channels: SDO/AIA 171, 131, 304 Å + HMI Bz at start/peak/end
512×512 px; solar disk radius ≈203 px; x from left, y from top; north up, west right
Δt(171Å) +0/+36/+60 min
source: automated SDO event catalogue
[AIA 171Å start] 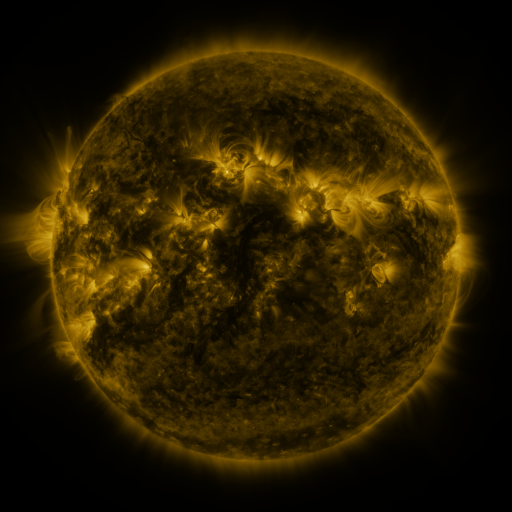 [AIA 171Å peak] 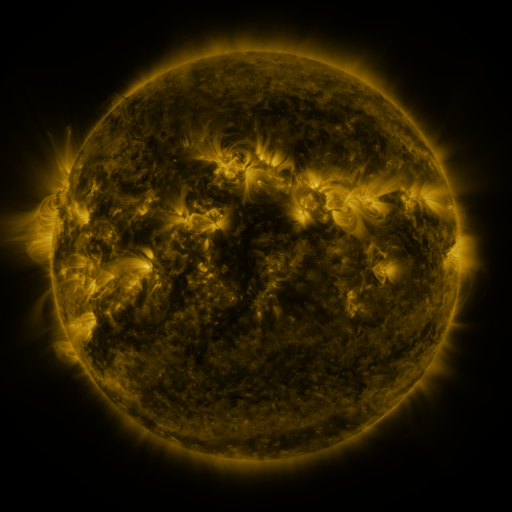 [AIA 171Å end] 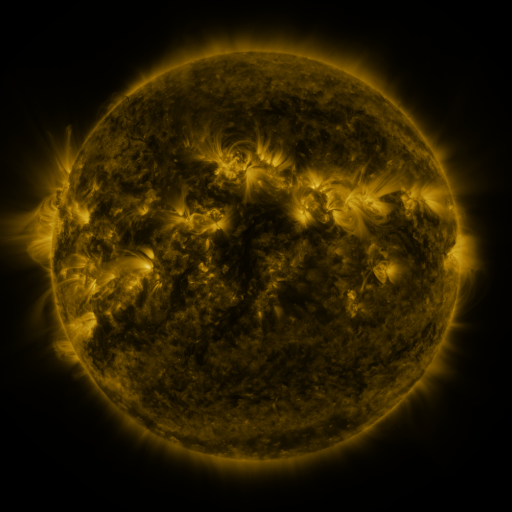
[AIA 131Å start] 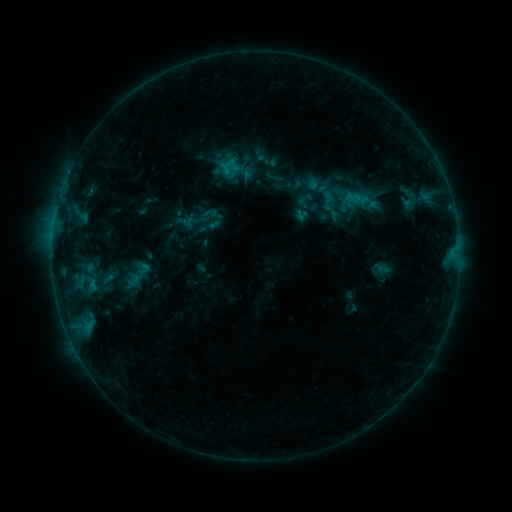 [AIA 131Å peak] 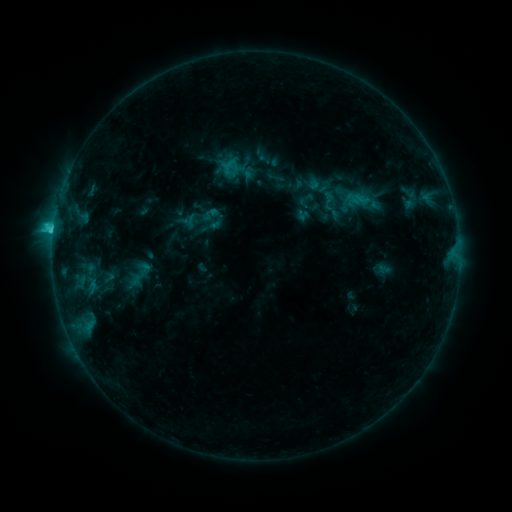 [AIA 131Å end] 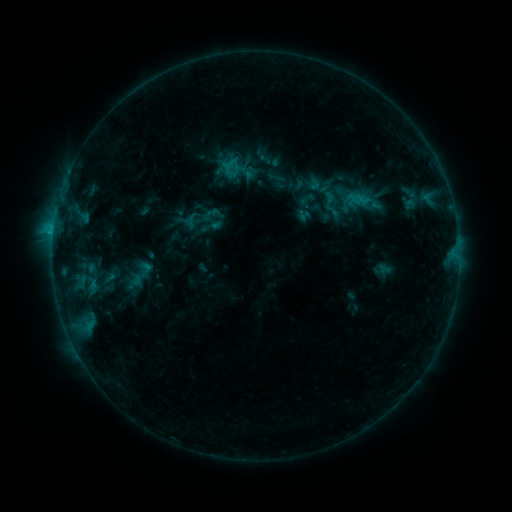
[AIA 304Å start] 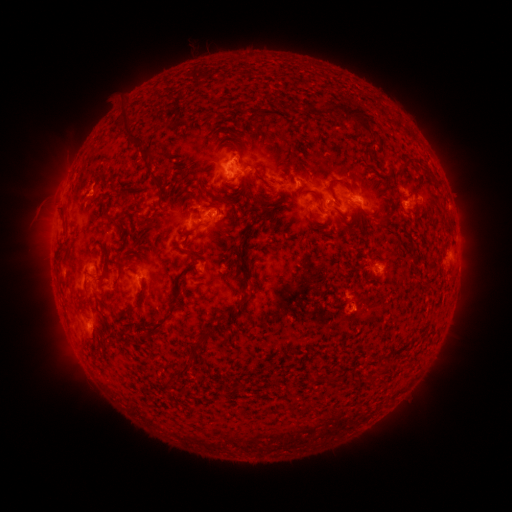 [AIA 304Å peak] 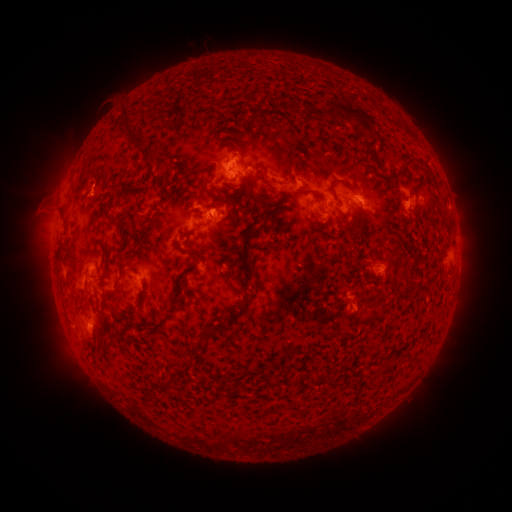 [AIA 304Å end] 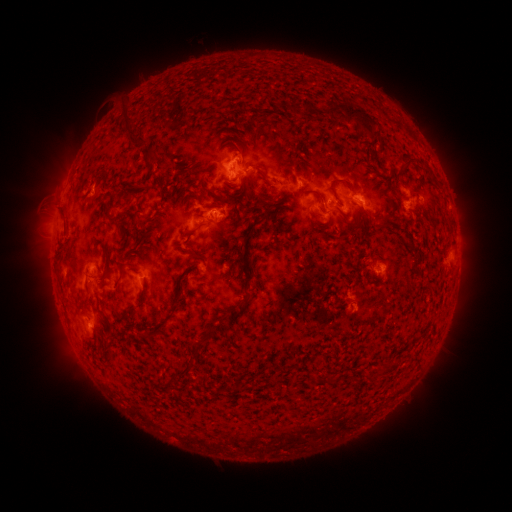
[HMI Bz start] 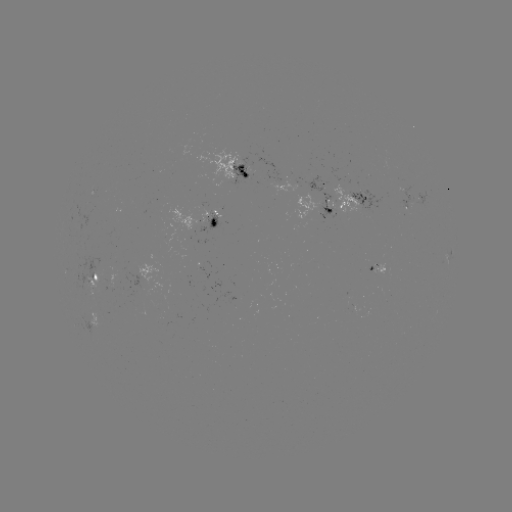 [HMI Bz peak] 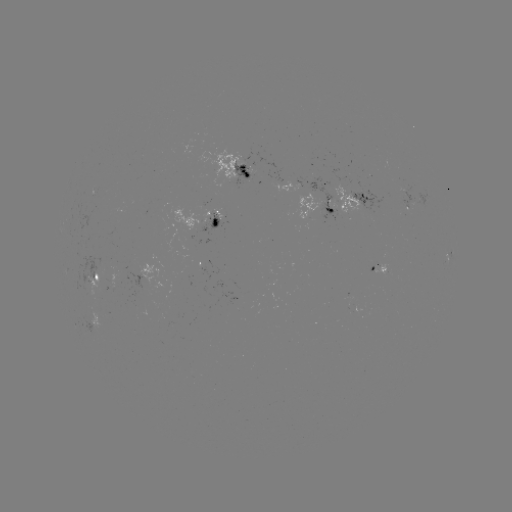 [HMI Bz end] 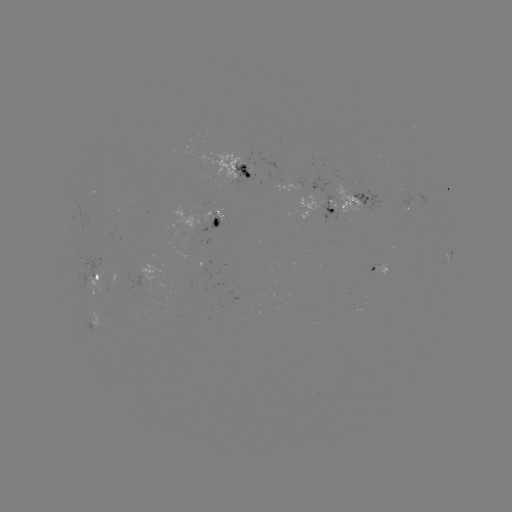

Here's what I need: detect C2.2 flare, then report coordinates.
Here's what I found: C2.2 flare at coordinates [213, 212].